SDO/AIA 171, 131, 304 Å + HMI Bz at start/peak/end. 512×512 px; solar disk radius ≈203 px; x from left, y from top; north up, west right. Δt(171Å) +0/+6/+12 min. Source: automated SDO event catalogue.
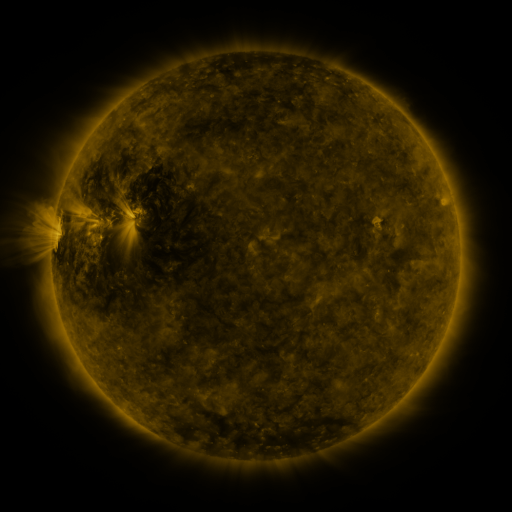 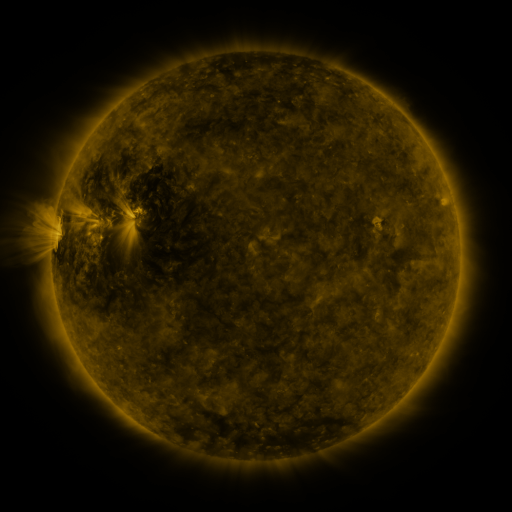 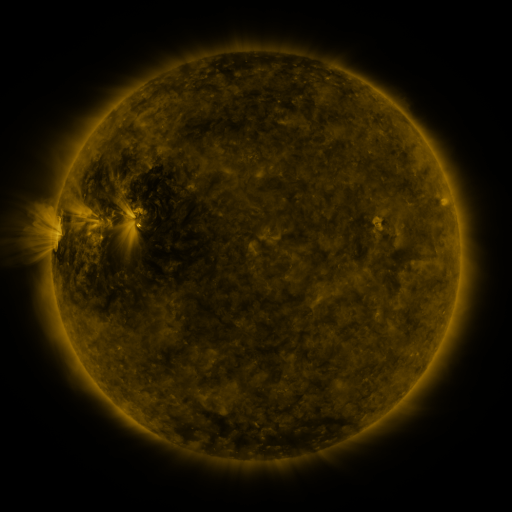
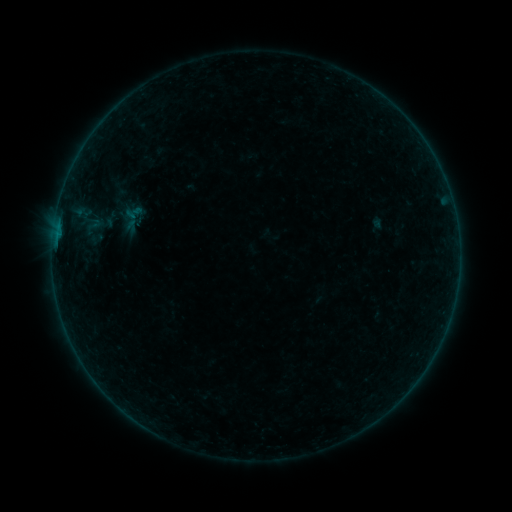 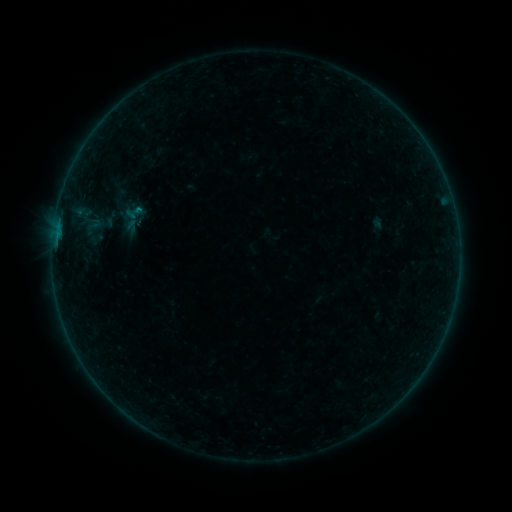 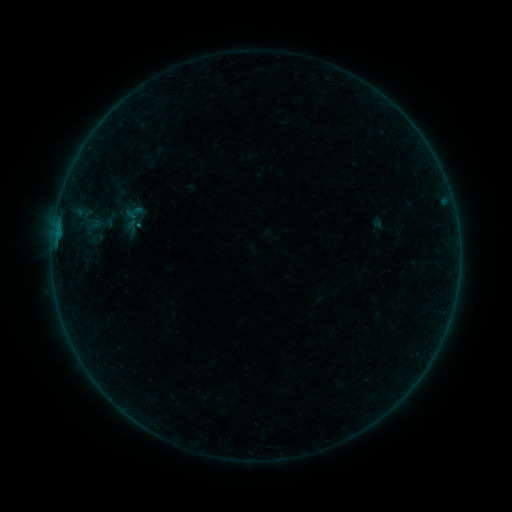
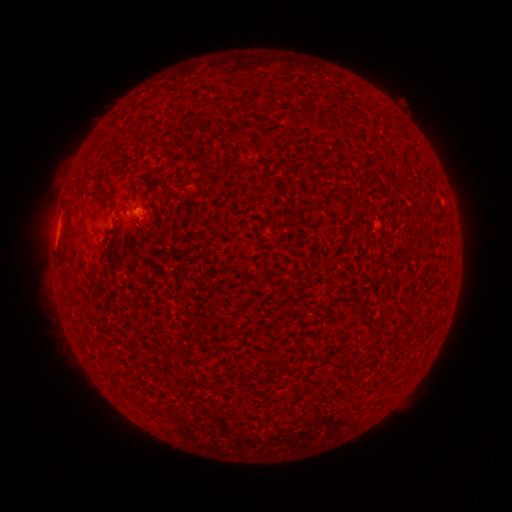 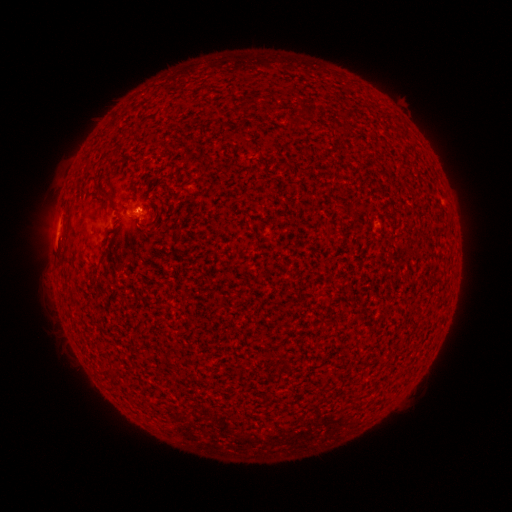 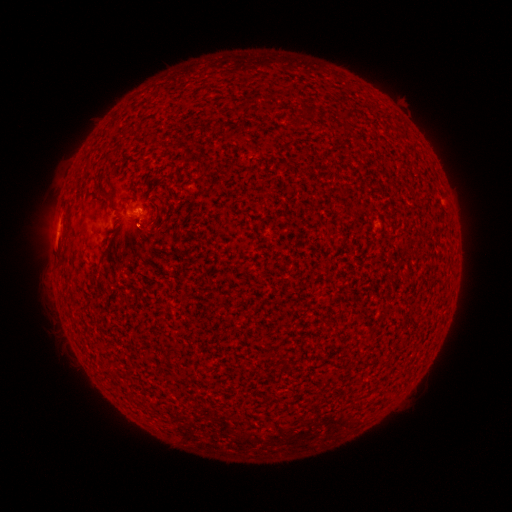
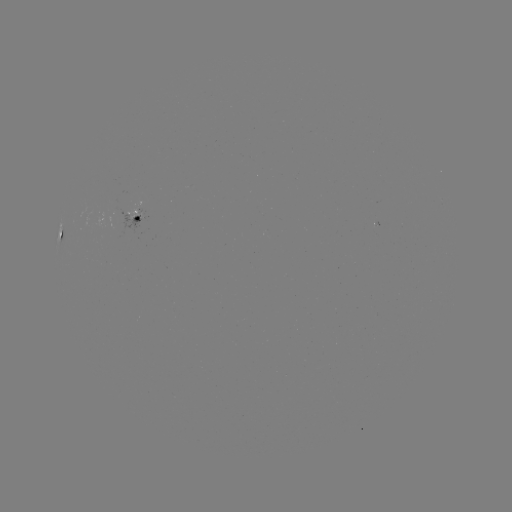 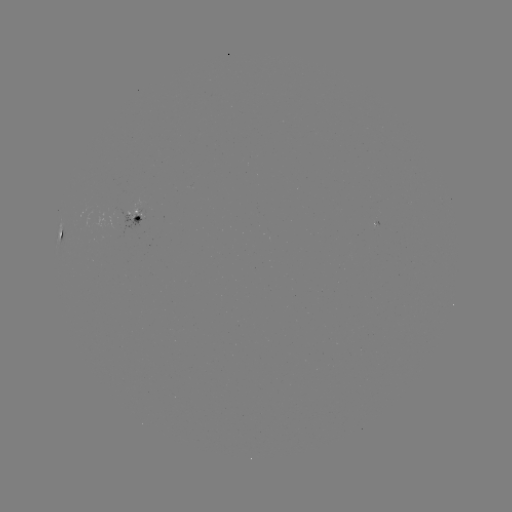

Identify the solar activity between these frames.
B2.0 flare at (140, 210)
